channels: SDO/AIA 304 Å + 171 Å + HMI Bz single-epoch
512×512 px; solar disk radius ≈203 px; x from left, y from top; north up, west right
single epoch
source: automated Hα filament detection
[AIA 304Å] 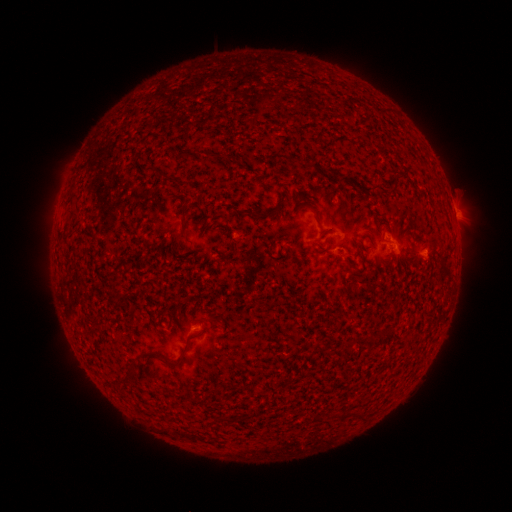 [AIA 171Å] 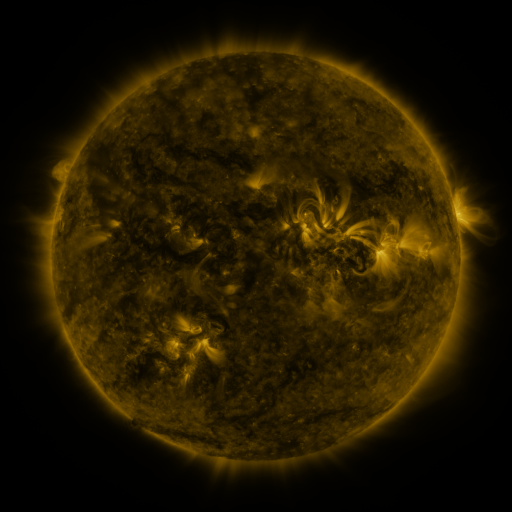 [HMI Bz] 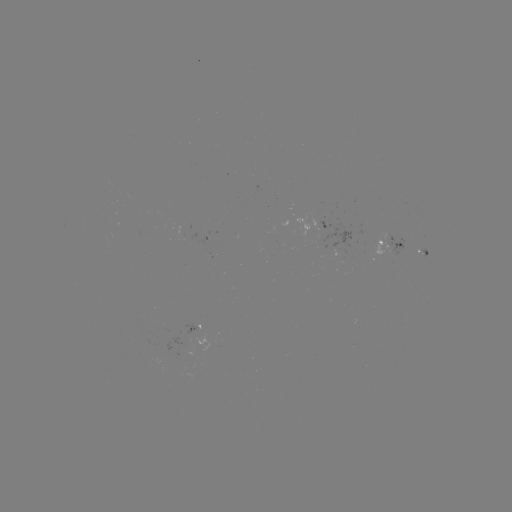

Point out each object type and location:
filament: <bbox>302, 161, 315, 169</bbox>
filament: <bbox>389, 176, 398, 188</bbox>
filament: <bbox>236, 208, 268, 218</bbox>
filament: <bbox>325, 248, 336, 256</bbox>
filament: <bbox>202, 317, 217, 325</bbox>
filament: <bbox>161, 356, 185, 369</bbox>
filament: <bbox>119, 377, 129, 385</bbox>
